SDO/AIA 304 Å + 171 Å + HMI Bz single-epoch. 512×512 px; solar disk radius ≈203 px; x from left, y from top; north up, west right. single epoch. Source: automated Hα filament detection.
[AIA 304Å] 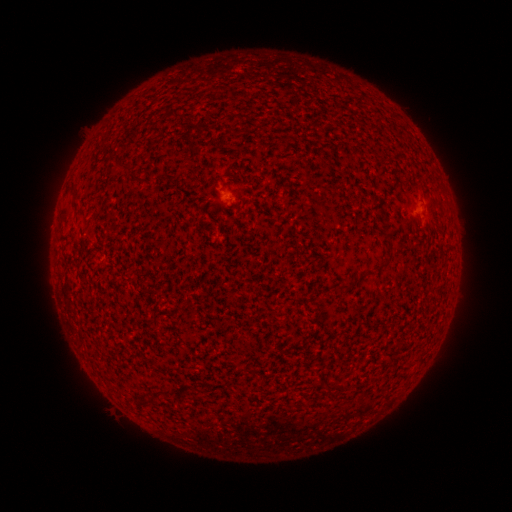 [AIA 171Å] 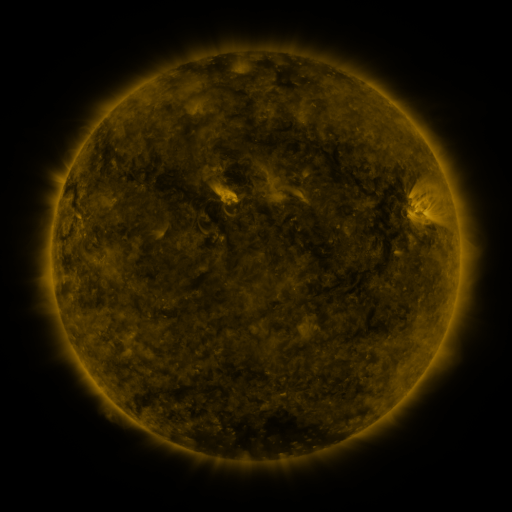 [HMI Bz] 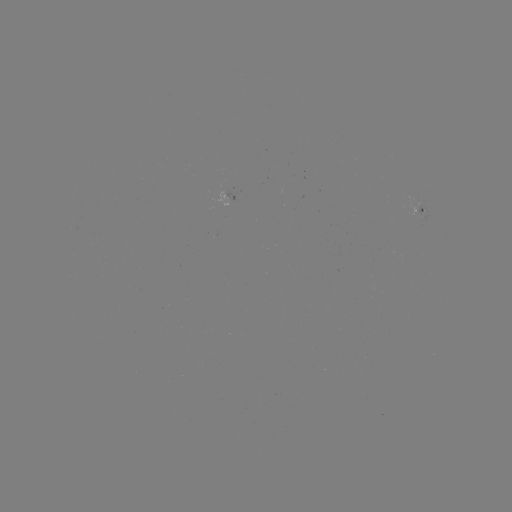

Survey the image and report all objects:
filament: <bbox>335, 284, 349, 292</bbox>
filament: <bbox>150, 388, 167, 395</bbox>
